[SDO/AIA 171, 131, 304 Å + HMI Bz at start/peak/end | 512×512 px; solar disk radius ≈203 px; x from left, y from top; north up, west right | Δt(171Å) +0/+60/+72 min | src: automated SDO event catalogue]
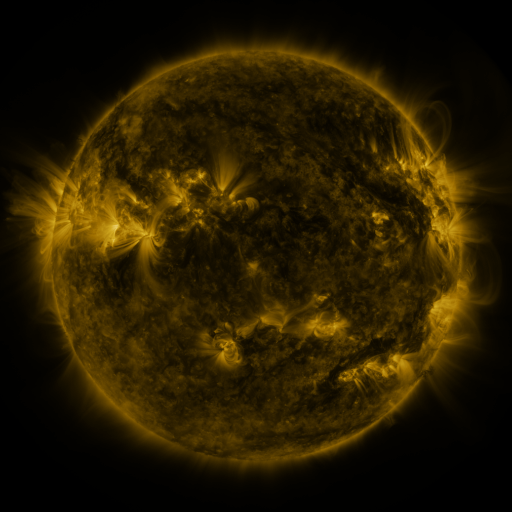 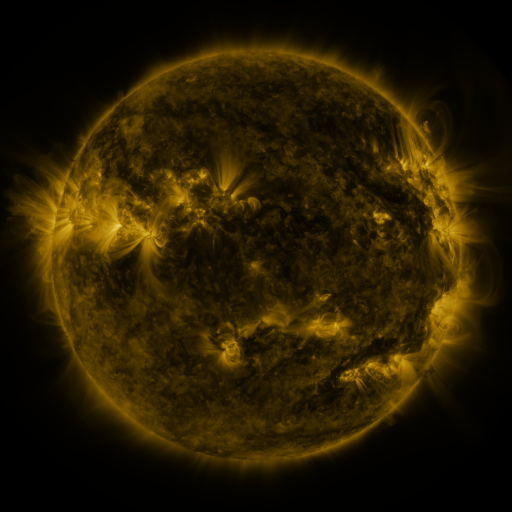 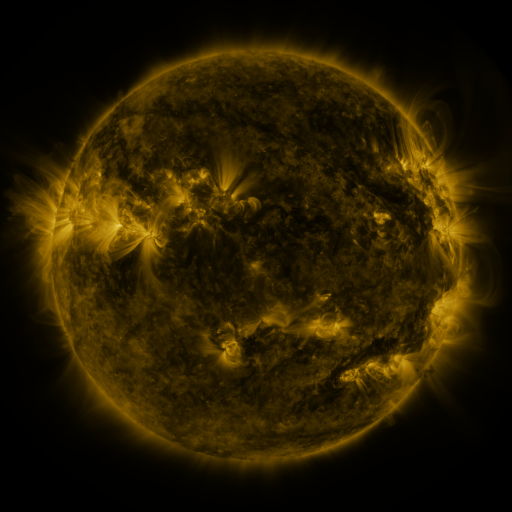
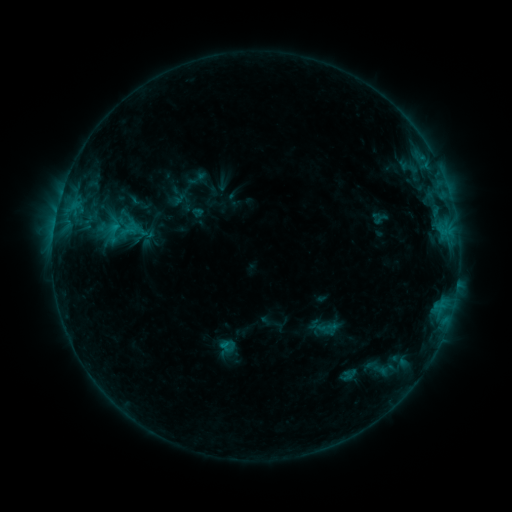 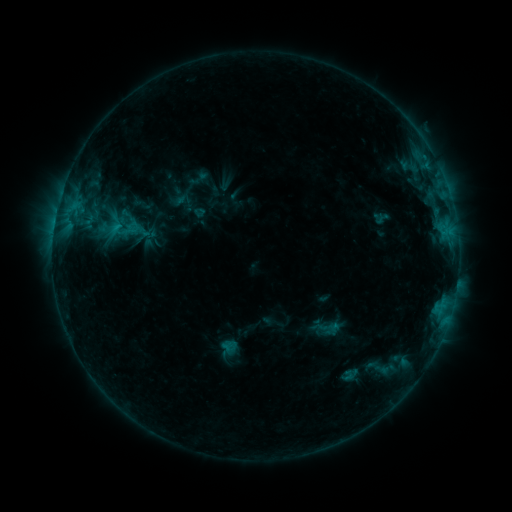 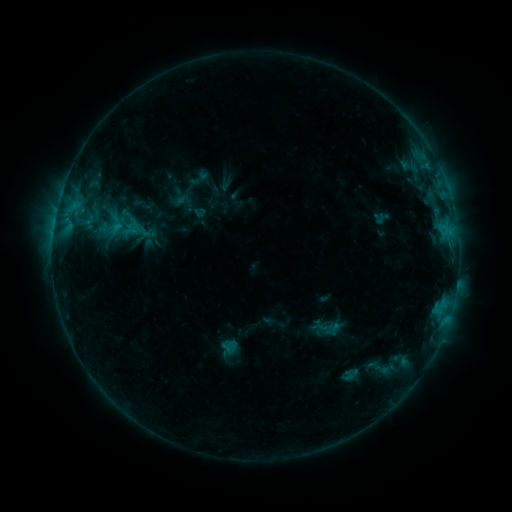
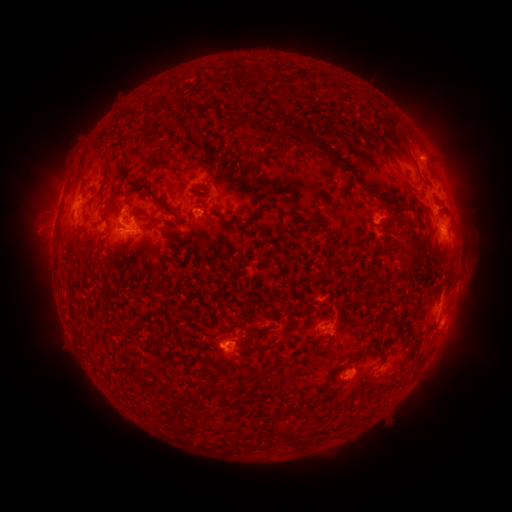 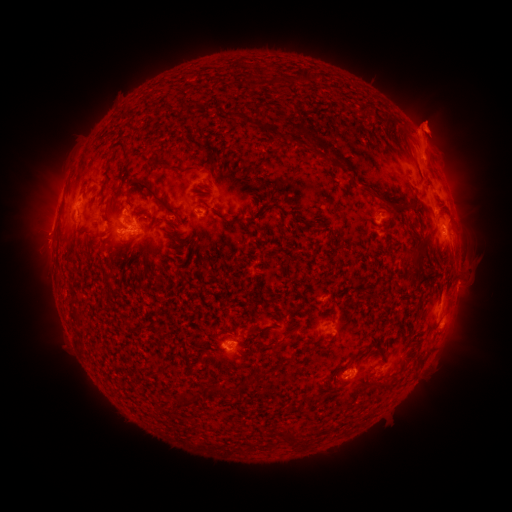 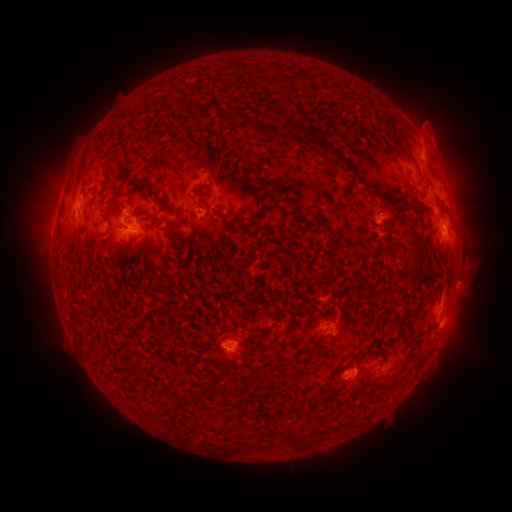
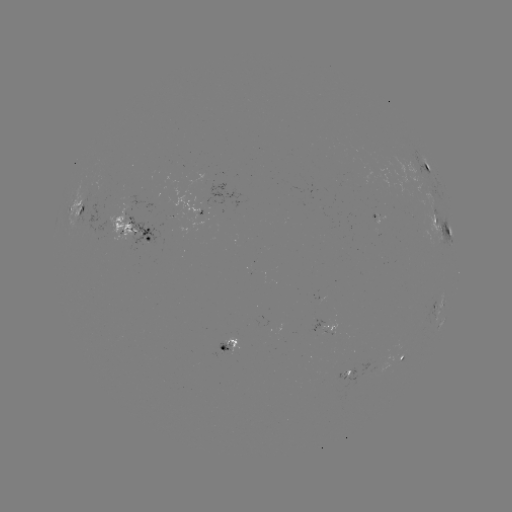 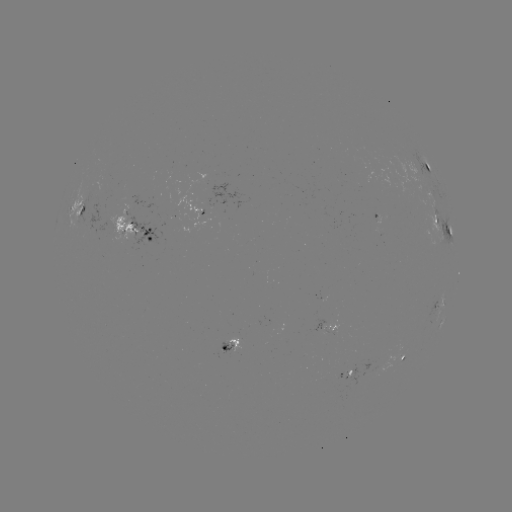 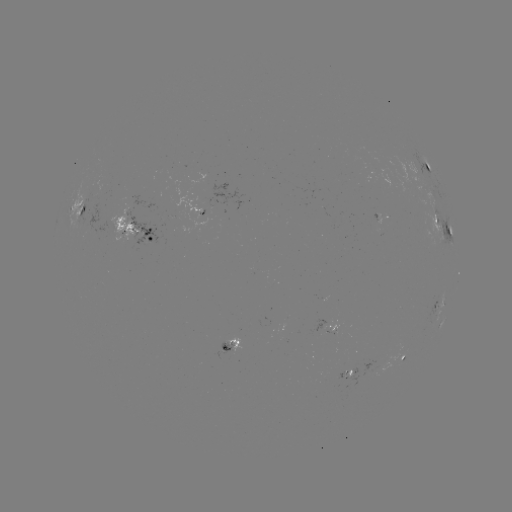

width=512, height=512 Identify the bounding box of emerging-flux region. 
[326, 320, 338, 332].